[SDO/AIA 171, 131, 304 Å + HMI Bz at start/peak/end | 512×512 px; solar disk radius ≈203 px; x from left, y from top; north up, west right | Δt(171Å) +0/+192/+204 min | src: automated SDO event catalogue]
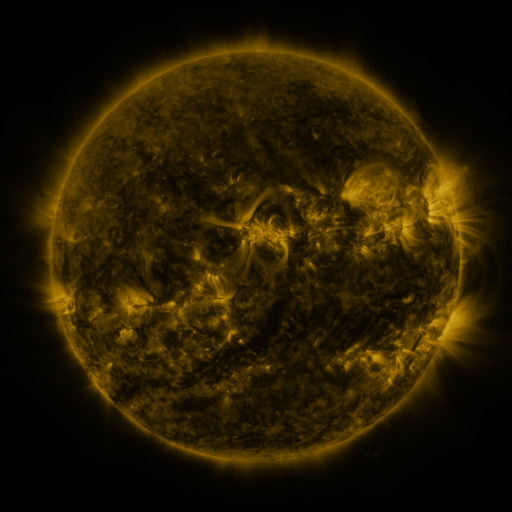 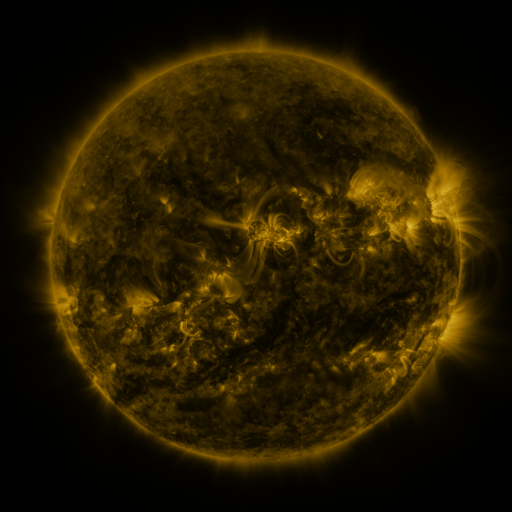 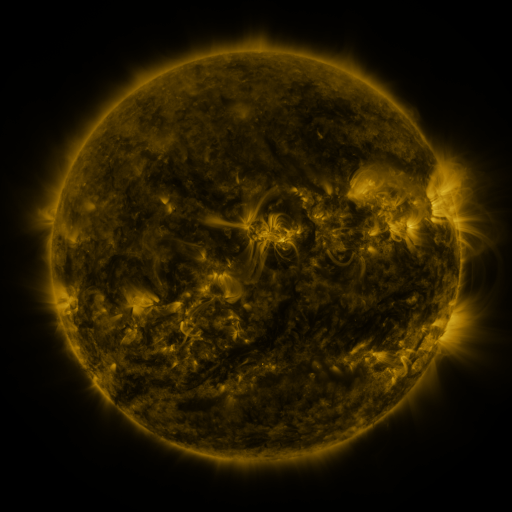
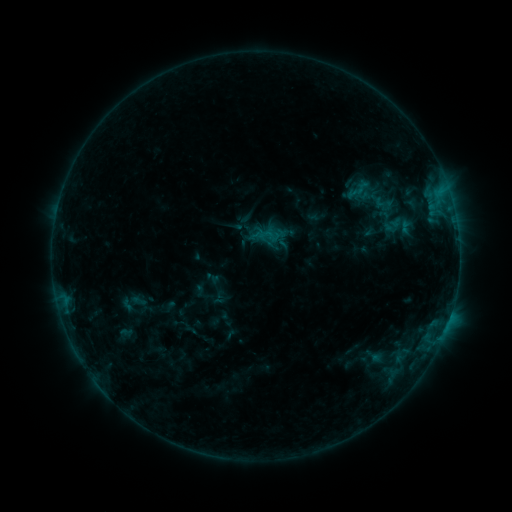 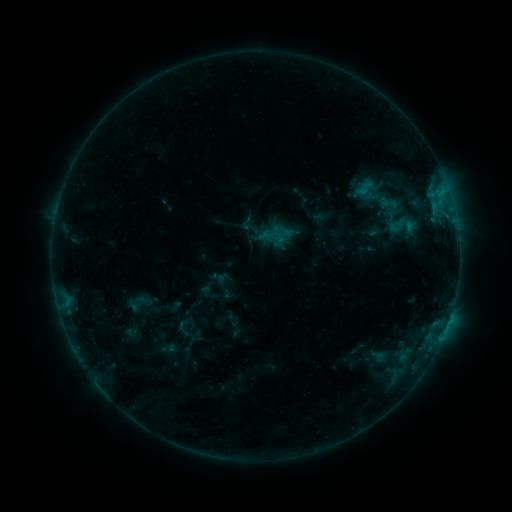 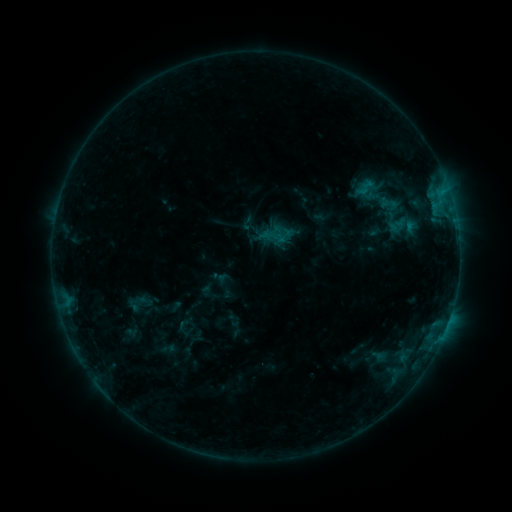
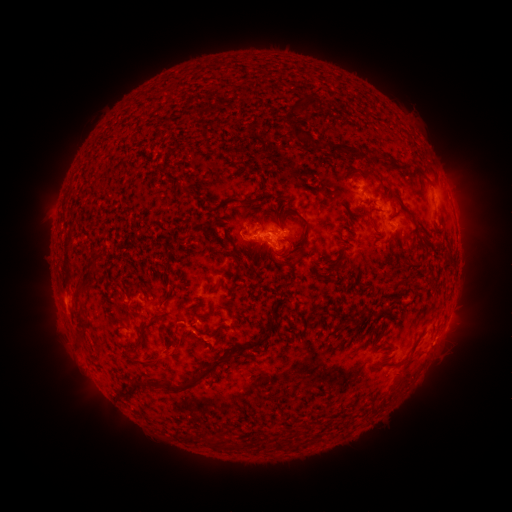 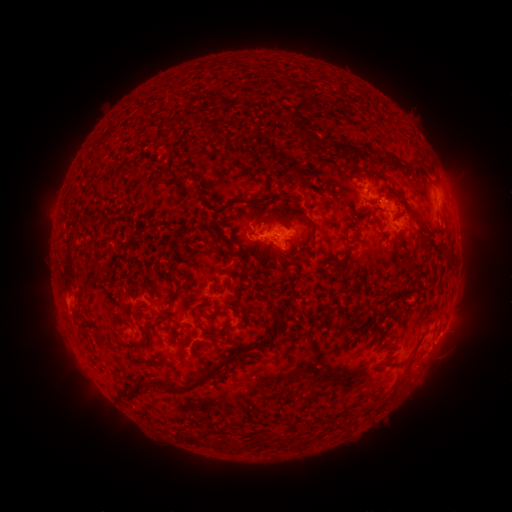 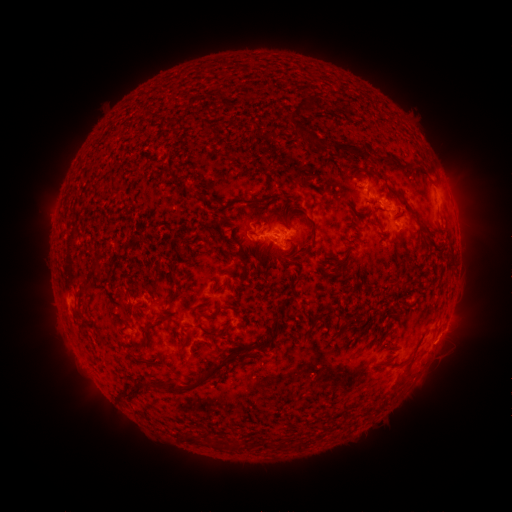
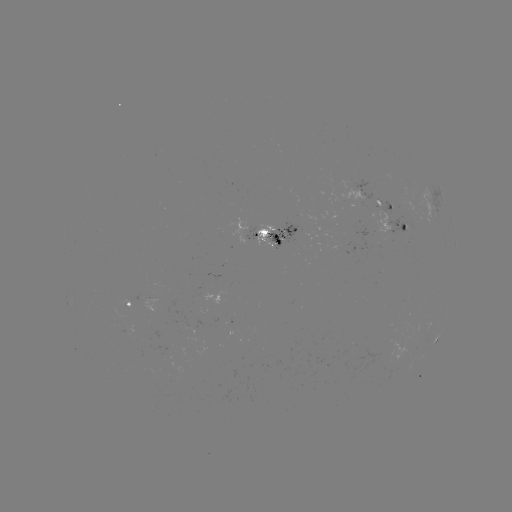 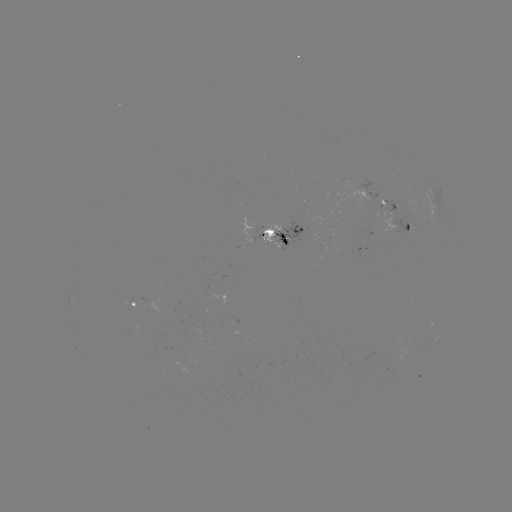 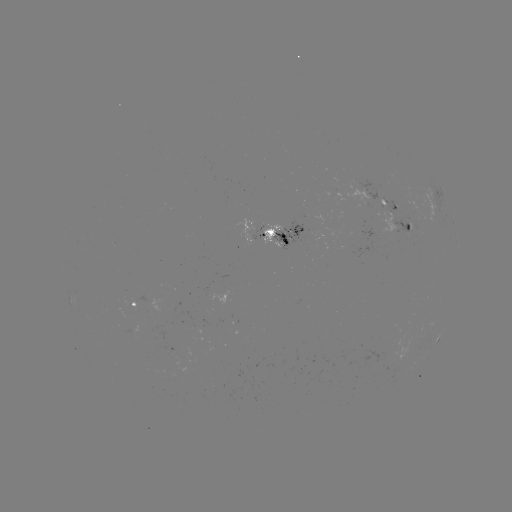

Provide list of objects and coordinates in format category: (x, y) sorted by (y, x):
emerging-flux region: (398, 231)
